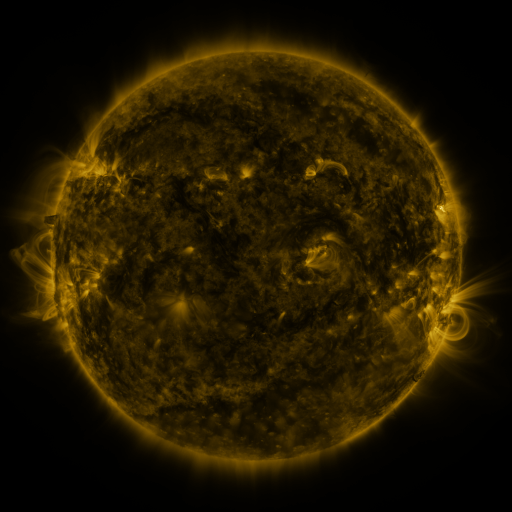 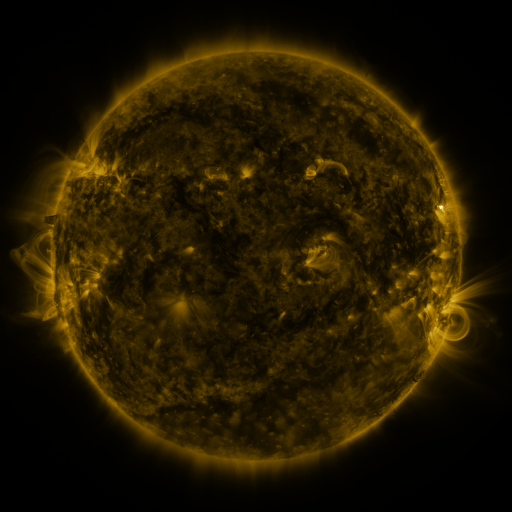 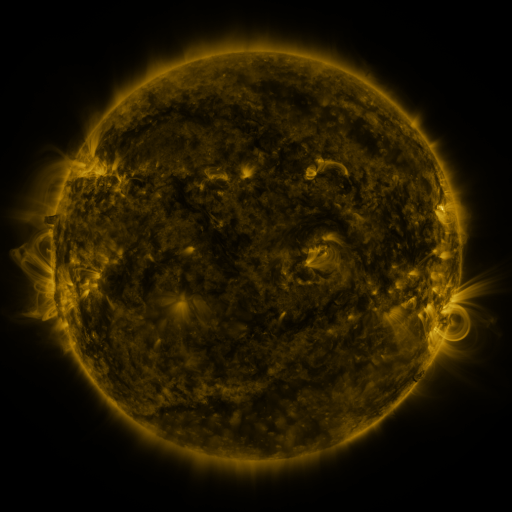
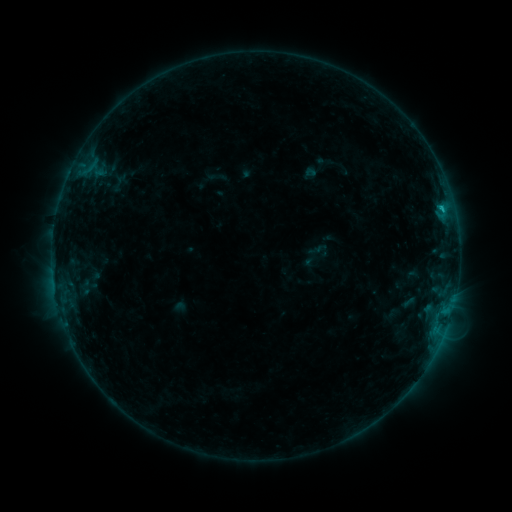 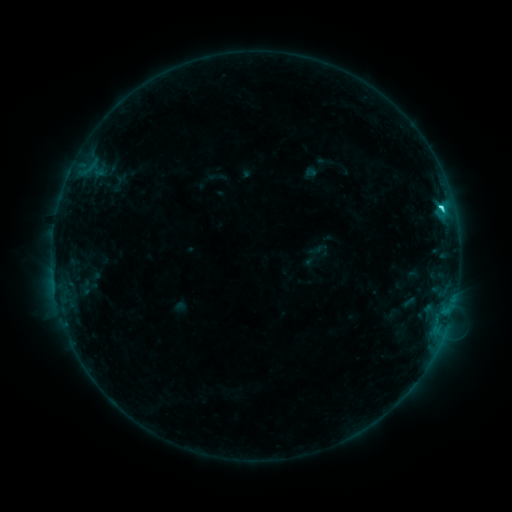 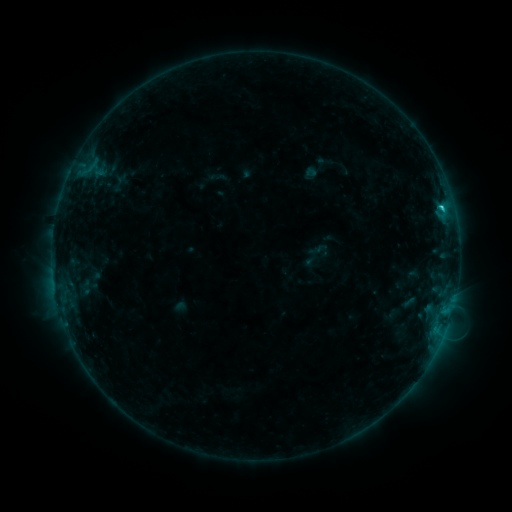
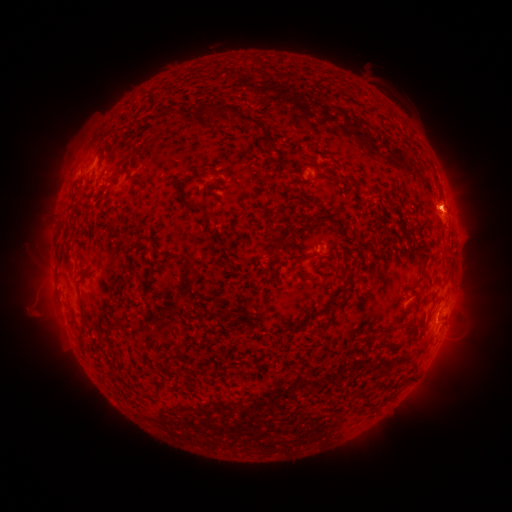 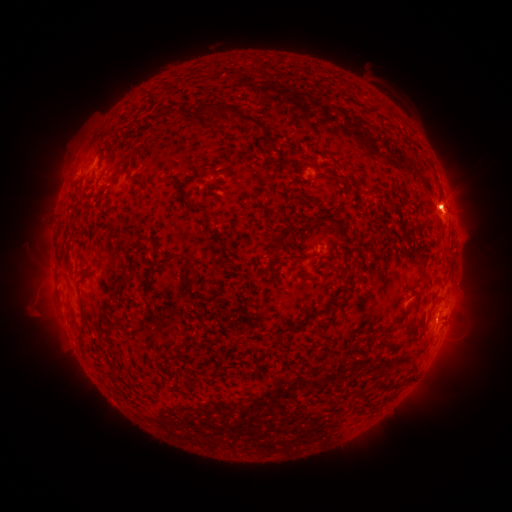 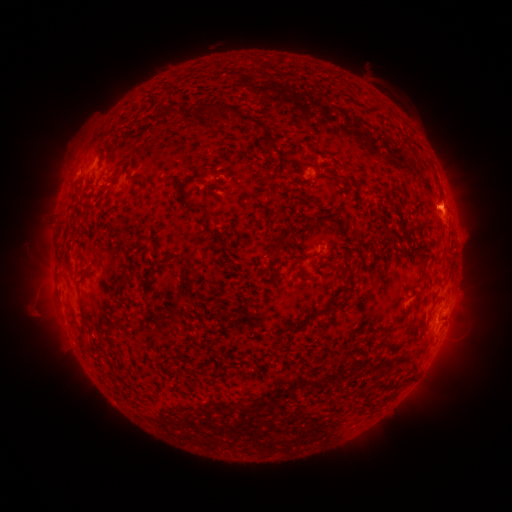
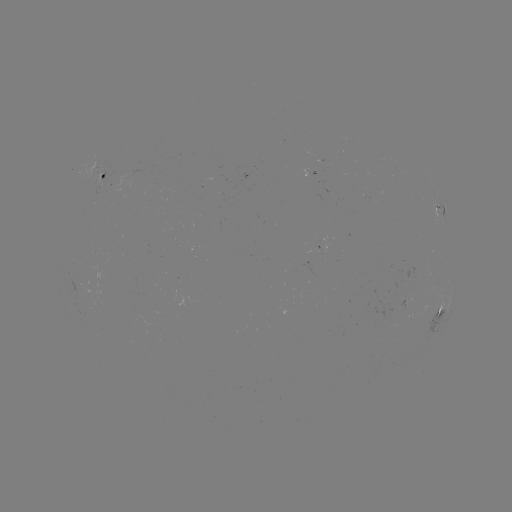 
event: flare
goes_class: C2.0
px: (441, 208)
